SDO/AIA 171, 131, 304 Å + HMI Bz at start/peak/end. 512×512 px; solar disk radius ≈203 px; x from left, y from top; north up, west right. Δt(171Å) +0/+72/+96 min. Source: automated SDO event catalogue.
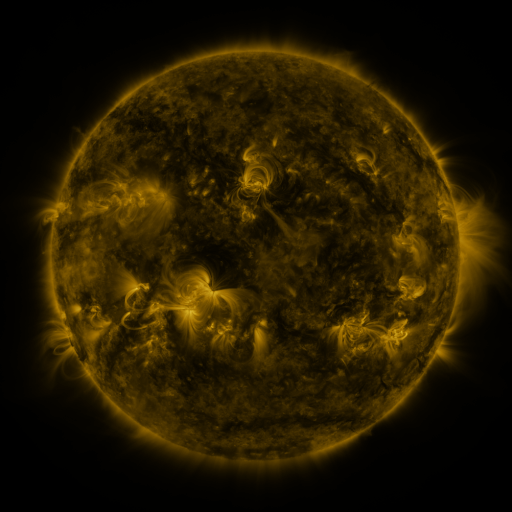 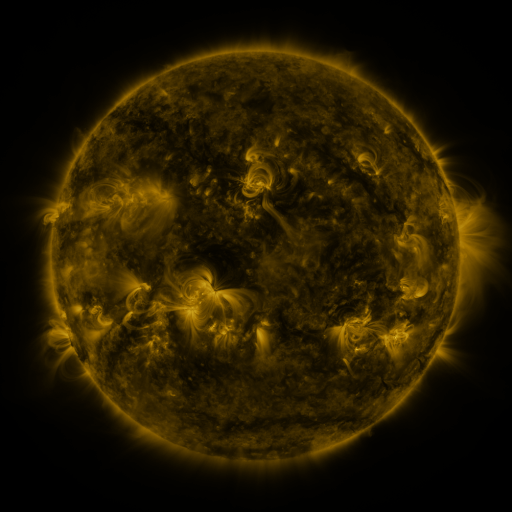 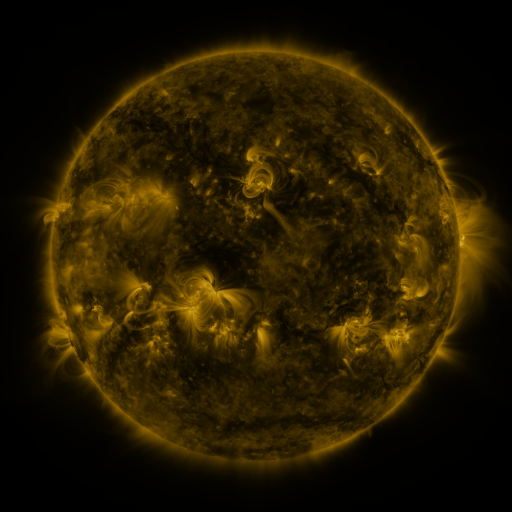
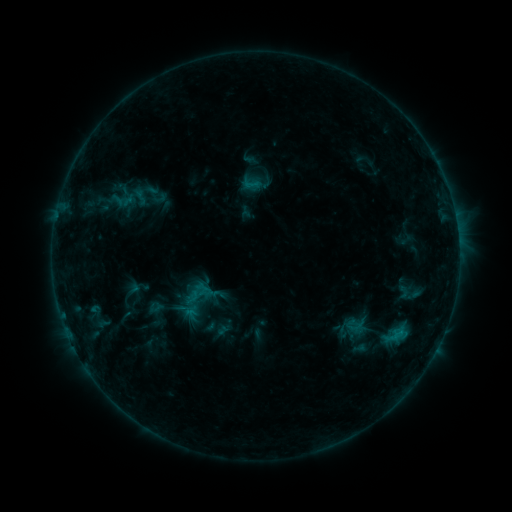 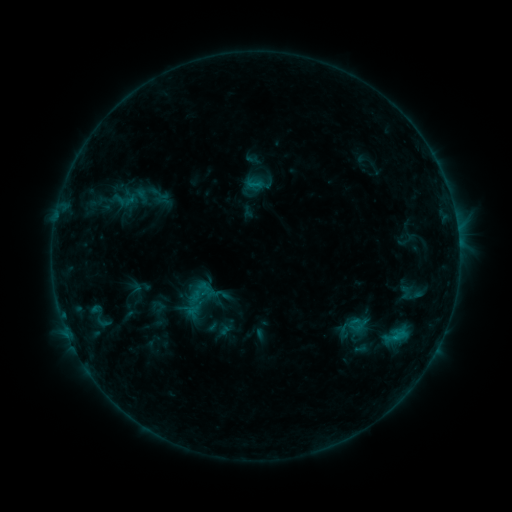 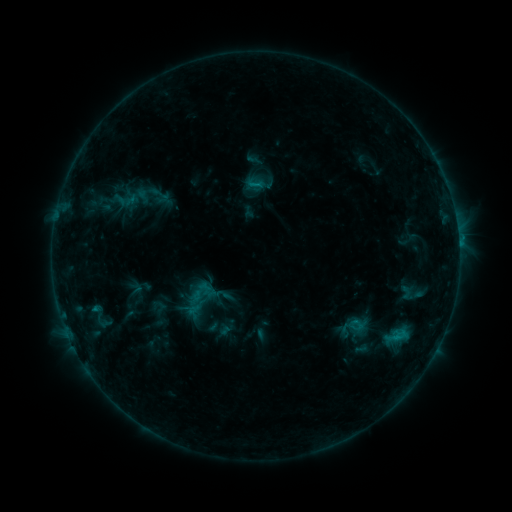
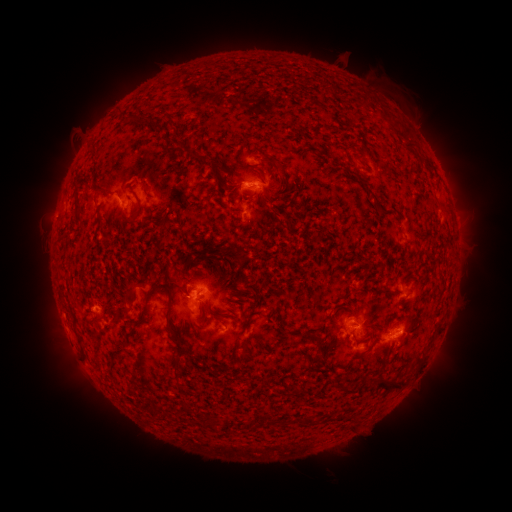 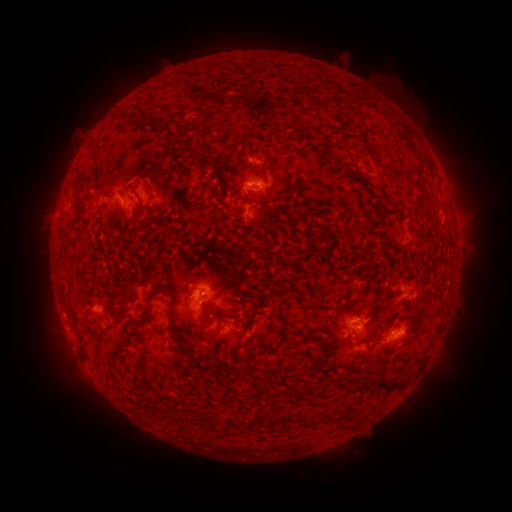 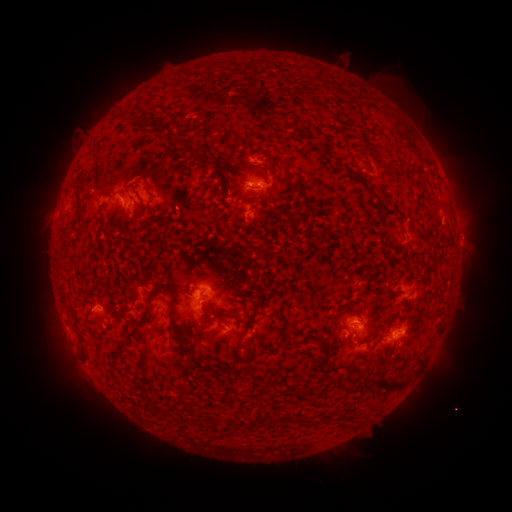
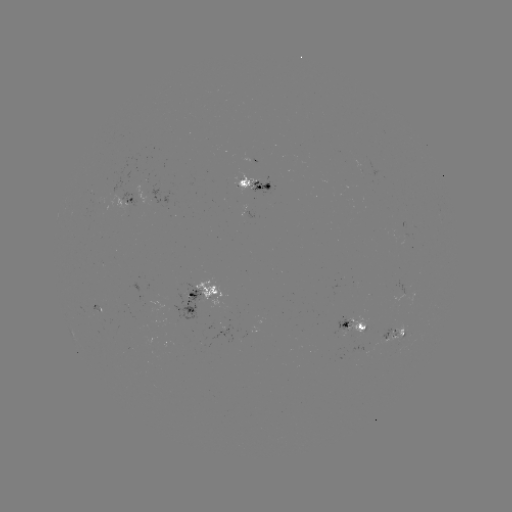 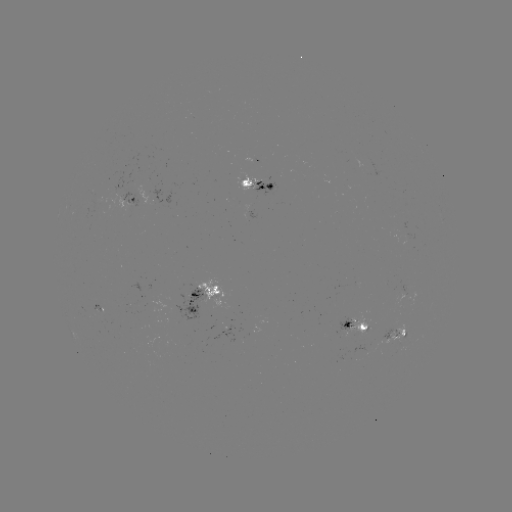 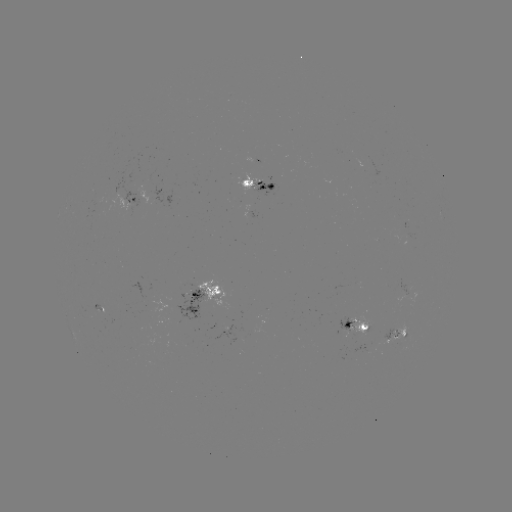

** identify emerging-flux region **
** (403, 334) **